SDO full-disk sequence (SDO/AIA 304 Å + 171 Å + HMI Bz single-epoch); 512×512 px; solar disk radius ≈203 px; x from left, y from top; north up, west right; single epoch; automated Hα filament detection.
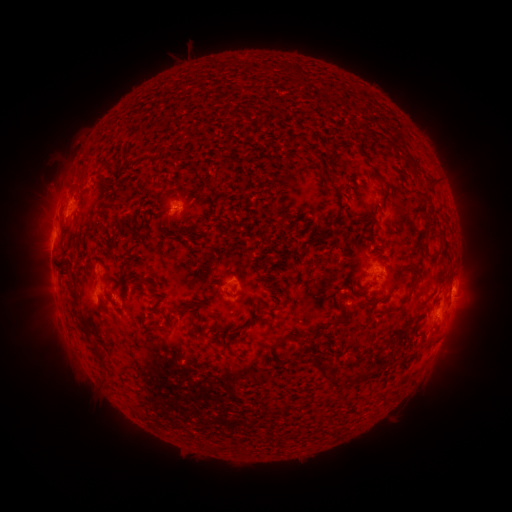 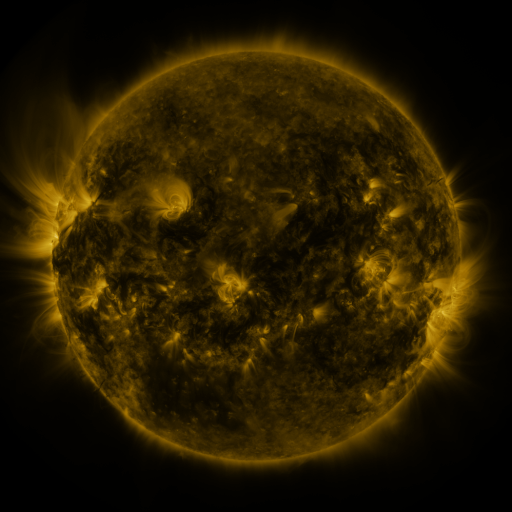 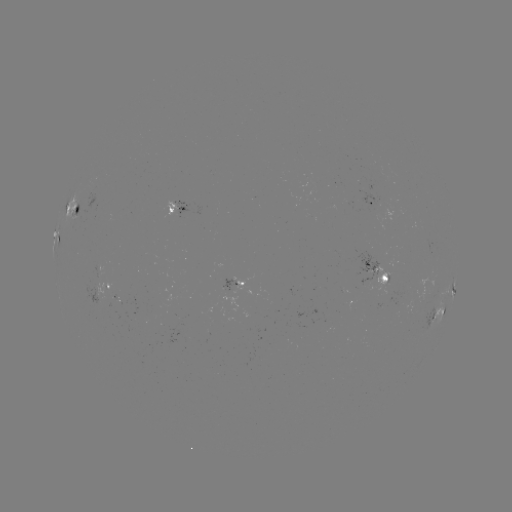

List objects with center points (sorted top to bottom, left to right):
filament: (397, 149)
filament: (85, 176)
filament: (382, 180)
filament: (432, 184)
filament: (338, 190)
filament: (427, 232)
filament: (141, 281)
filament: (76, 298)
filament: (182, 309)
filament: (397, 310)
filament: (338, 320)
filament: (157, 326)
filament: (195, 330)
filament: (391, 340)
filament: (306, 341)
filament: (277, 343)
filament: (98, 352)
filament: (323, 375)
filament: (365, 377)
